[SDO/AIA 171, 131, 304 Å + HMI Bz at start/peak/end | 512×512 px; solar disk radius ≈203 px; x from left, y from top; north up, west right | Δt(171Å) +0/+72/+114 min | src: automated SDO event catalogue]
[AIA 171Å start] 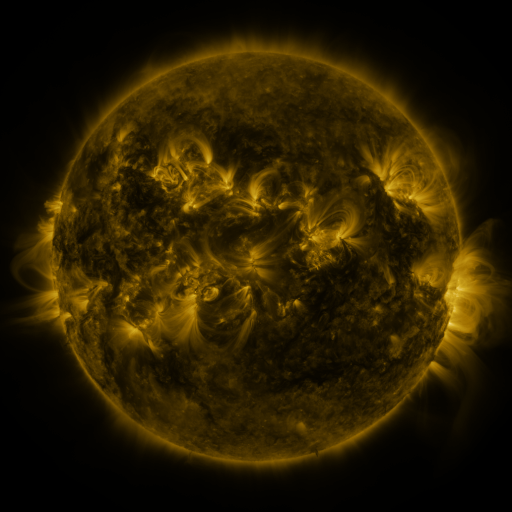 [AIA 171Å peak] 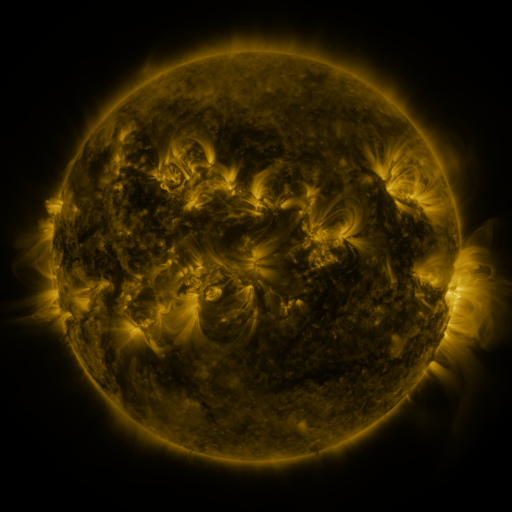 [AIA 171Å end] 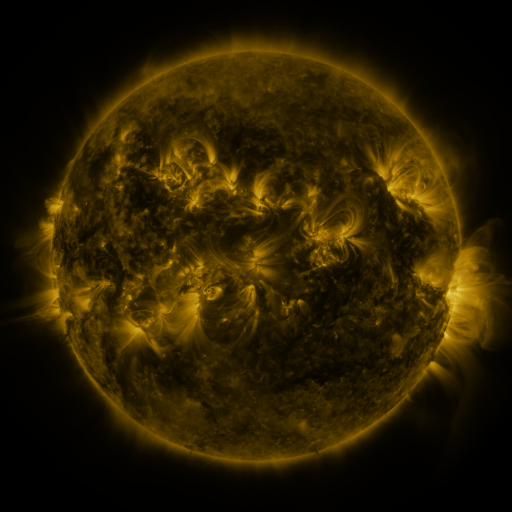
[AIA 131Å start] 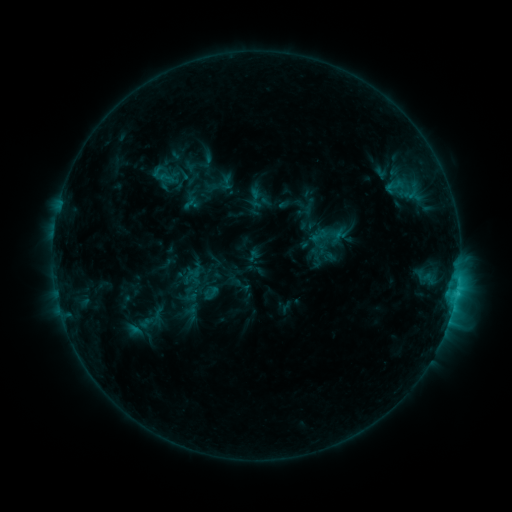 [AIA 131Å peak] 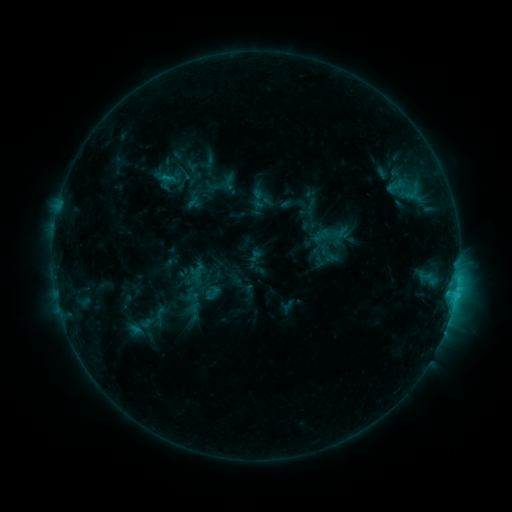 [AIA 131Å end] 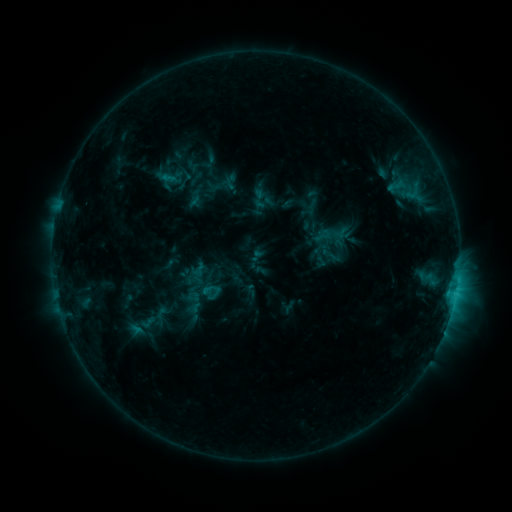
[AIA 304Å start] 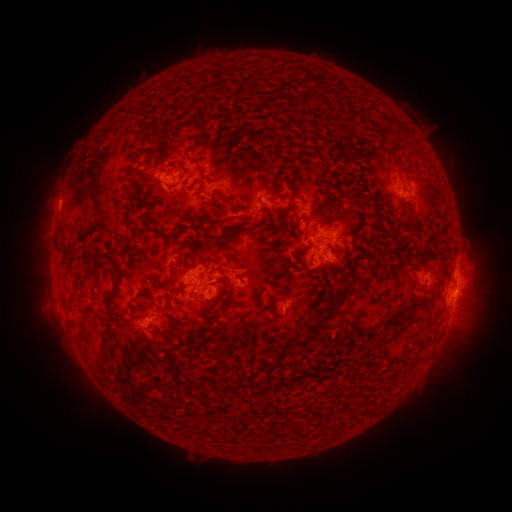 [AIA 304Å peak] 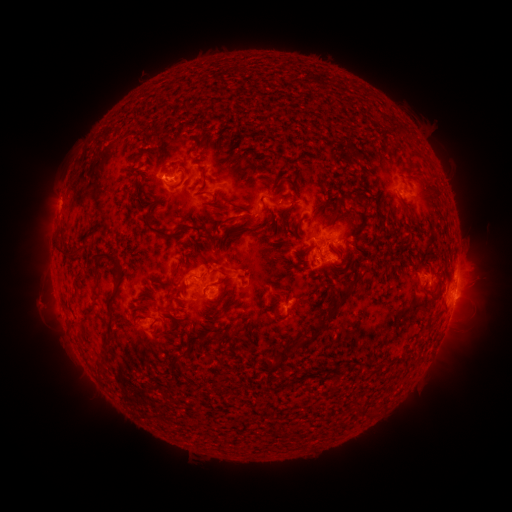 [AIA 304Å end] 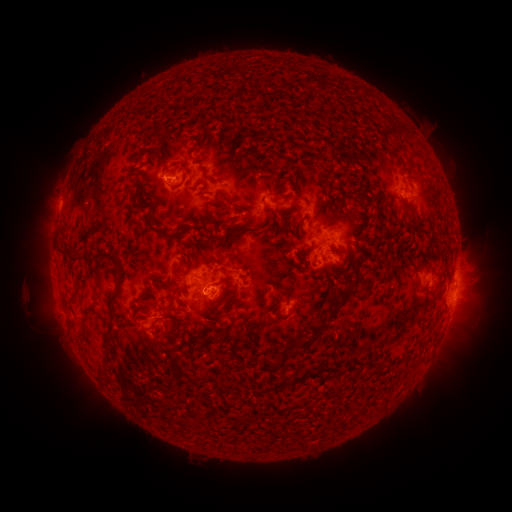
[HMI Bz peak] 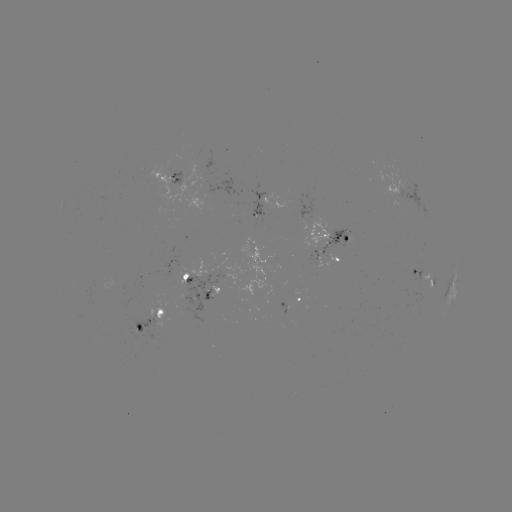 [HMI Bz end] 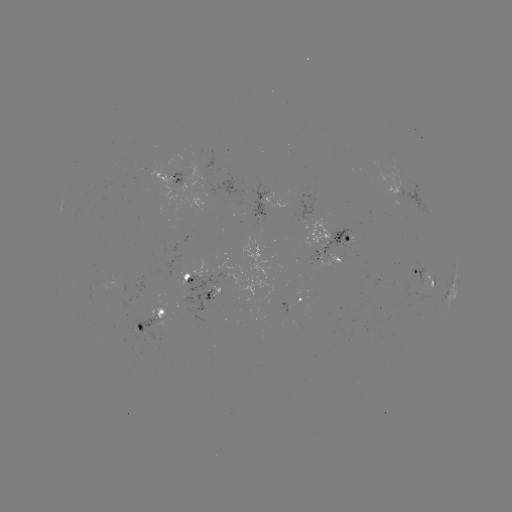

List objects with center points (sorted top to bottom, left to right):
emerging-flux region: (344, 238)
